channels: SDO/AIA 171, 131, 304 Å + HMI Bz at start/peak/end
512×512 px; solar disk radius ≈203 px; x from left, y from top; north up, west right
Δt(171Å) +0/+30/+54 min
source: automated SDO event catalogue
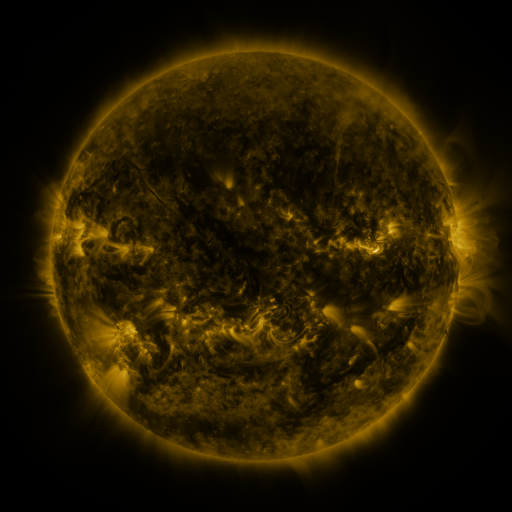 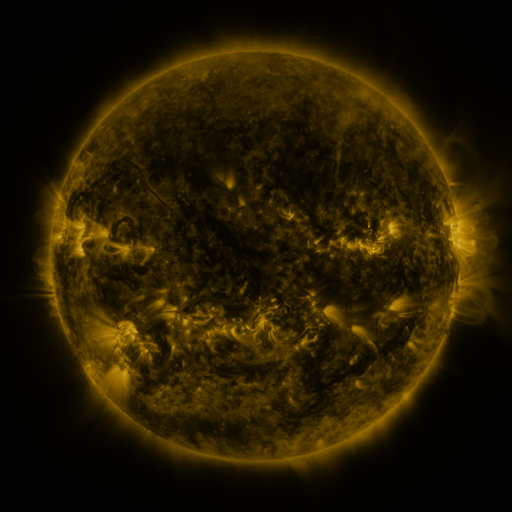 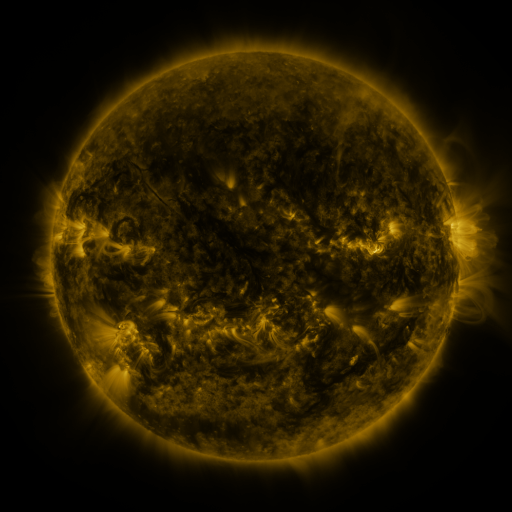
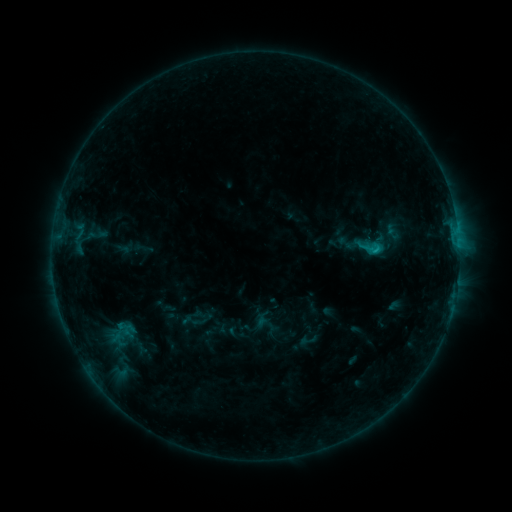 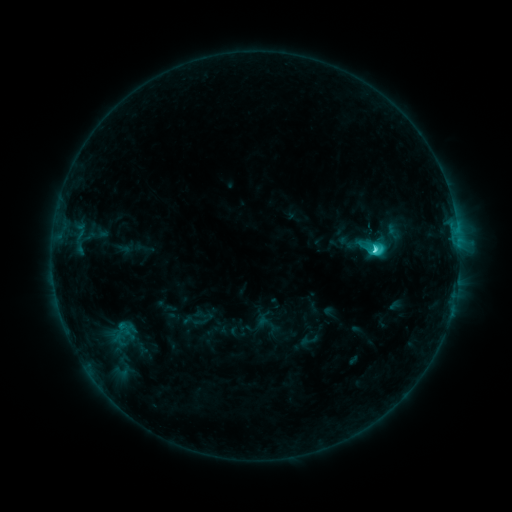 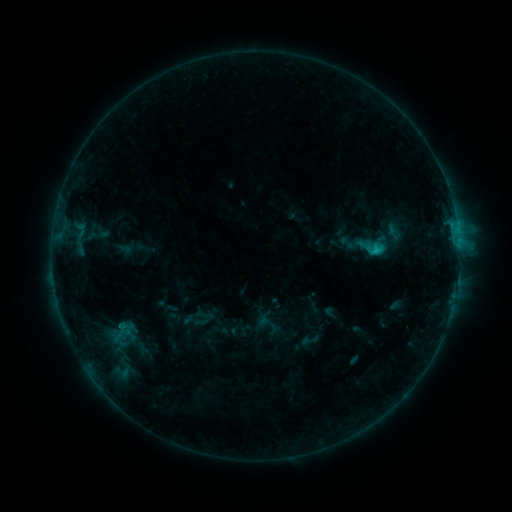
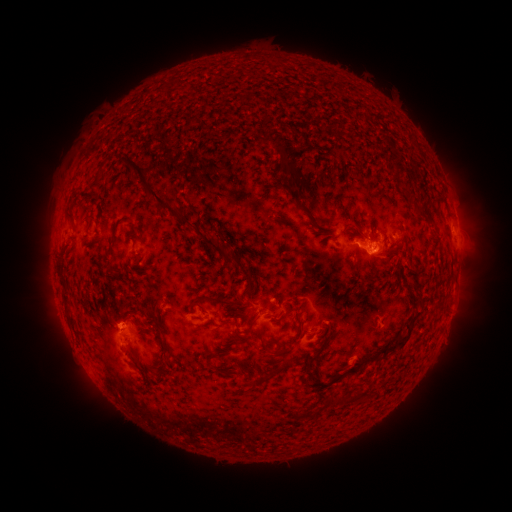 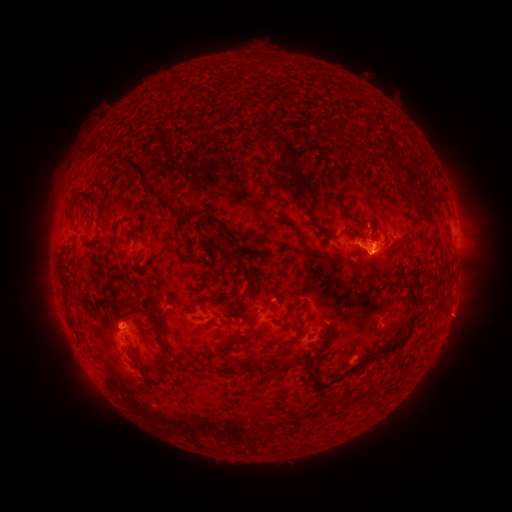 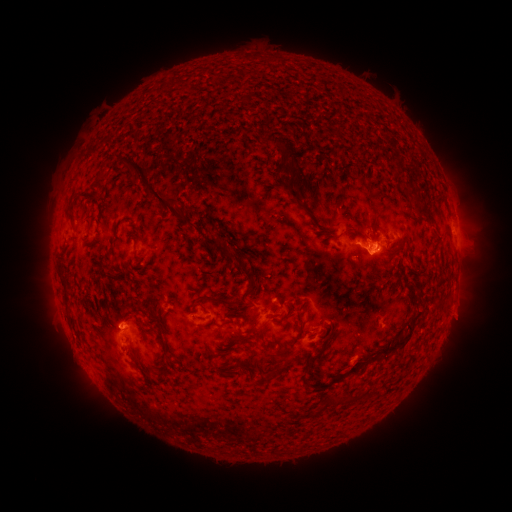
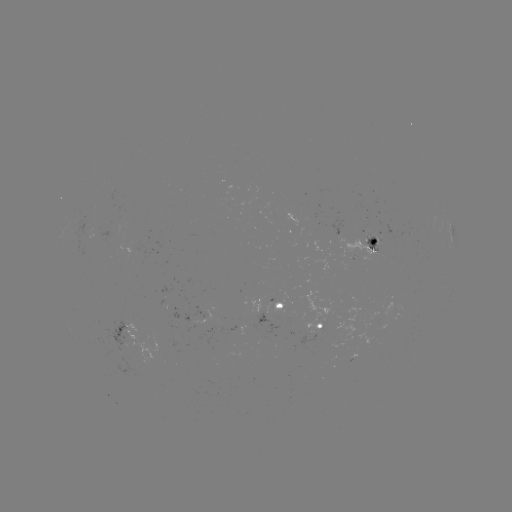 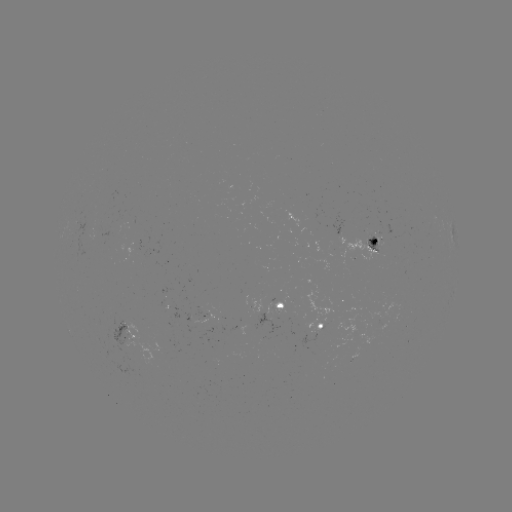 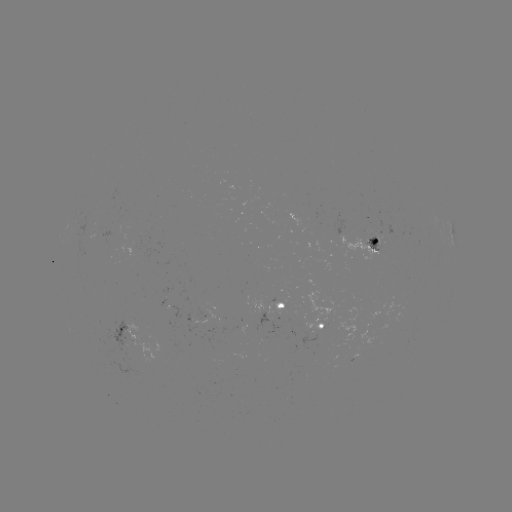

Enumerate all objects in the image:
C3.0 flare: (374, 251)
